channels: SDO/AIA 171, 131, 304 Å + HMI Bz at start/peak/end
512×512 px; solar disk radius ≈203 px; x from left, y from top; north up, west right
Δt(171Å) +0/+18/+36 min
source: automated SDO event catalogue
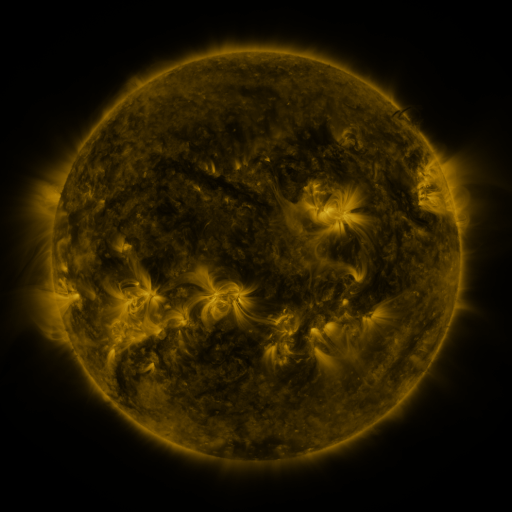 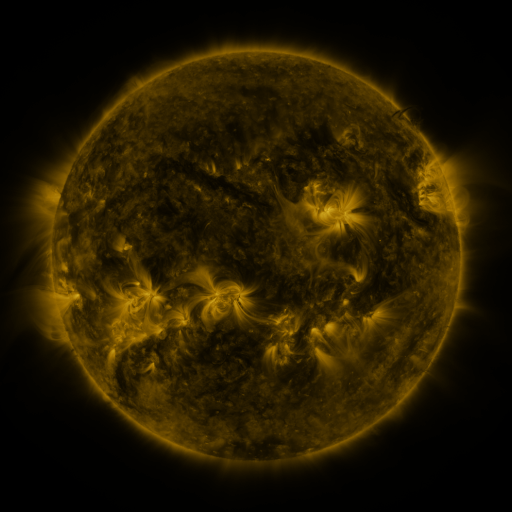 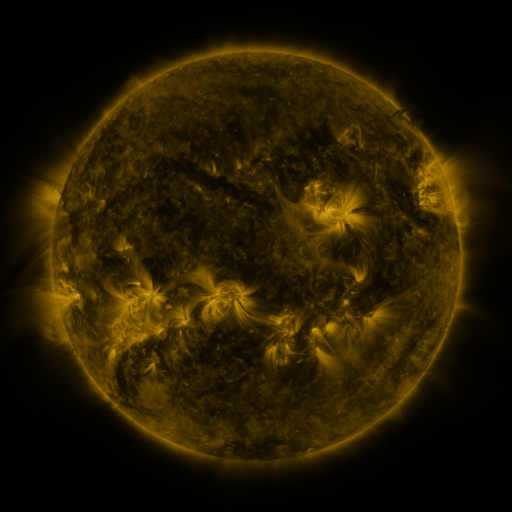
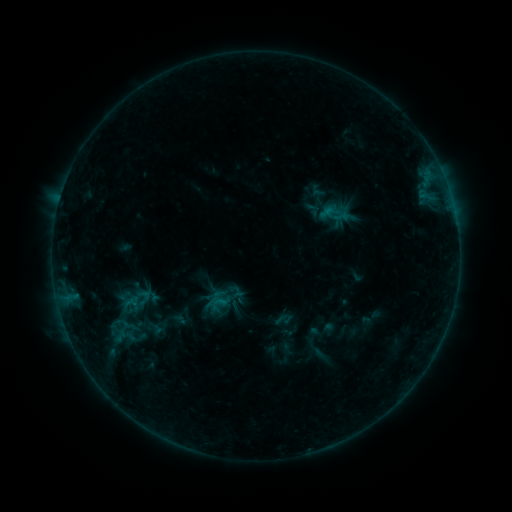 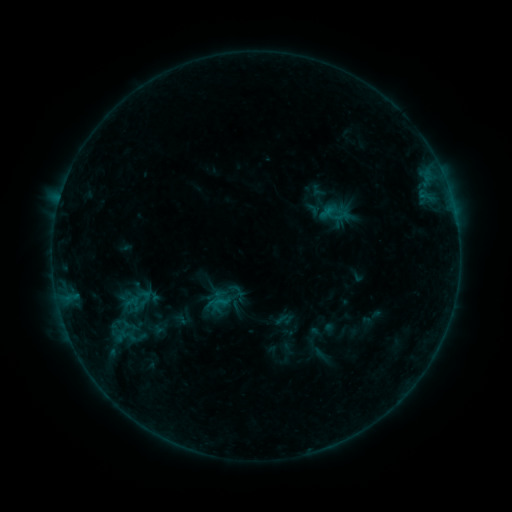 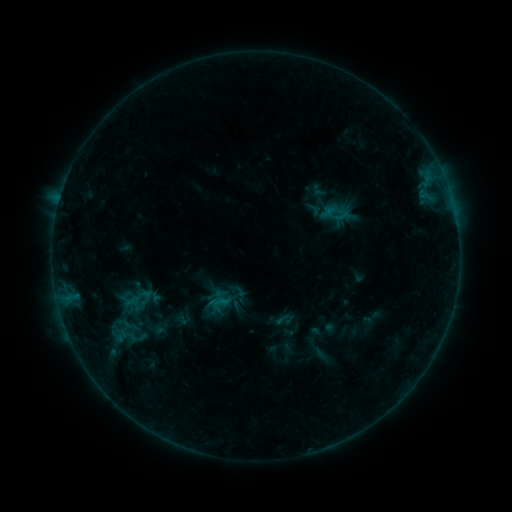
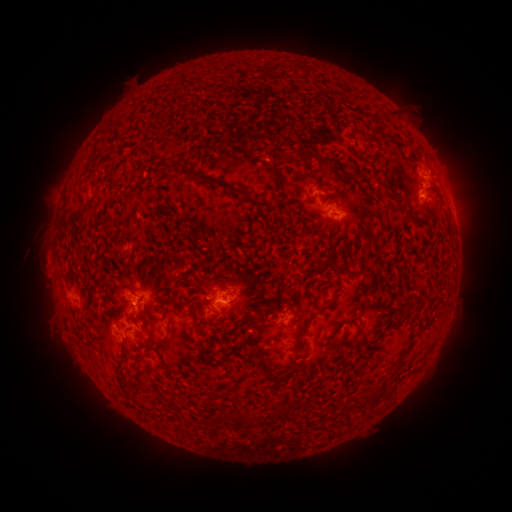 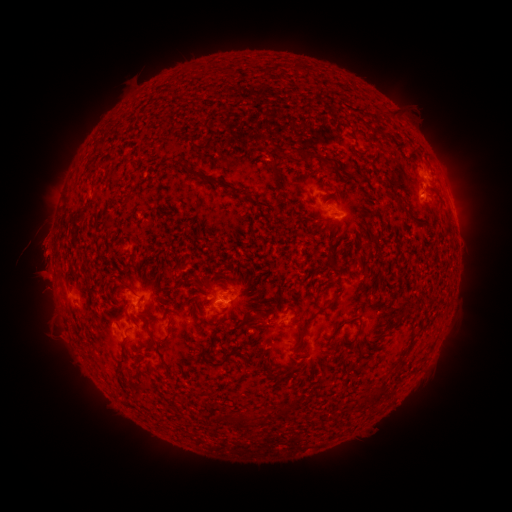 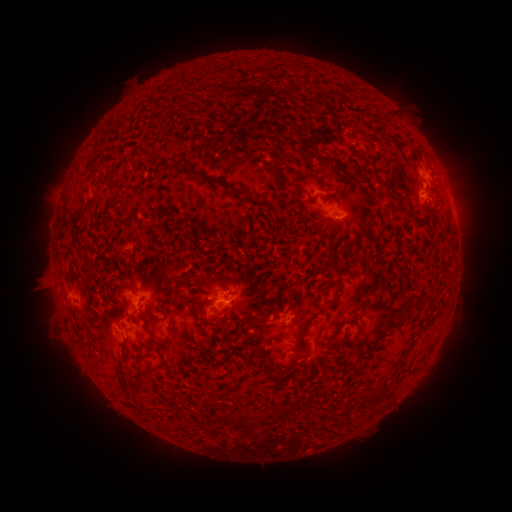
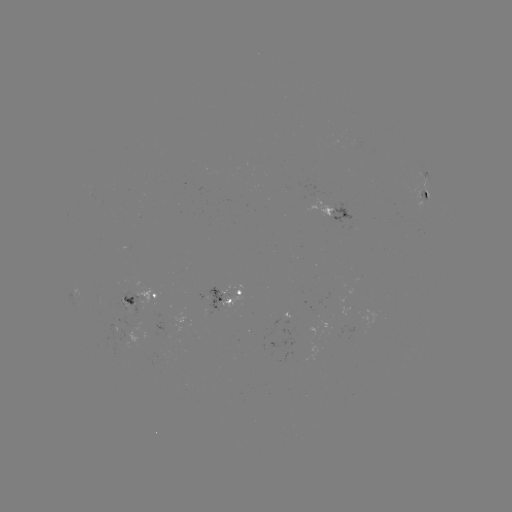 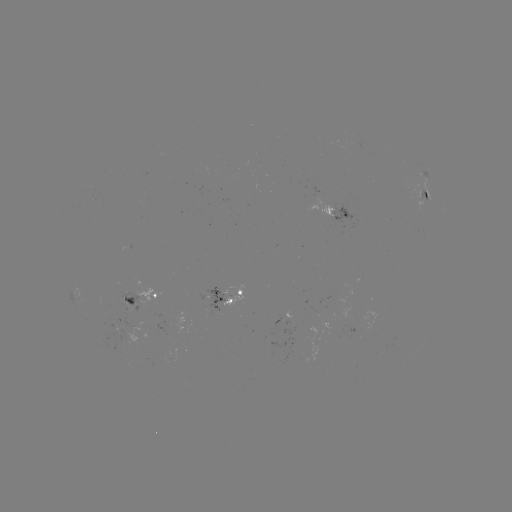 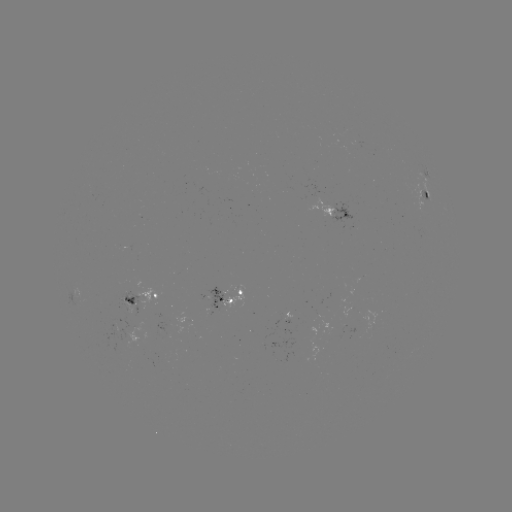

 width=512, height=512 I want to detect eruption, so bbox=[15, 214, 74, 307].